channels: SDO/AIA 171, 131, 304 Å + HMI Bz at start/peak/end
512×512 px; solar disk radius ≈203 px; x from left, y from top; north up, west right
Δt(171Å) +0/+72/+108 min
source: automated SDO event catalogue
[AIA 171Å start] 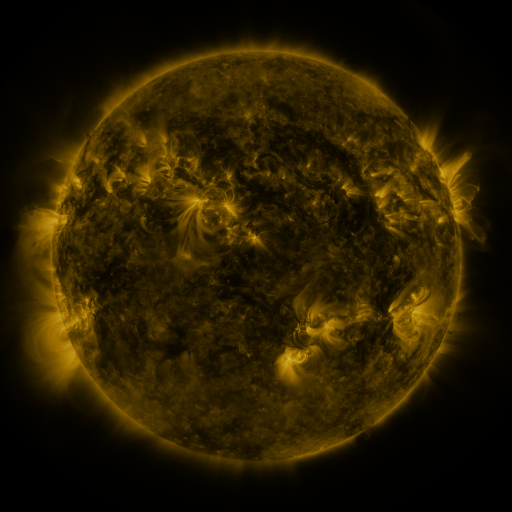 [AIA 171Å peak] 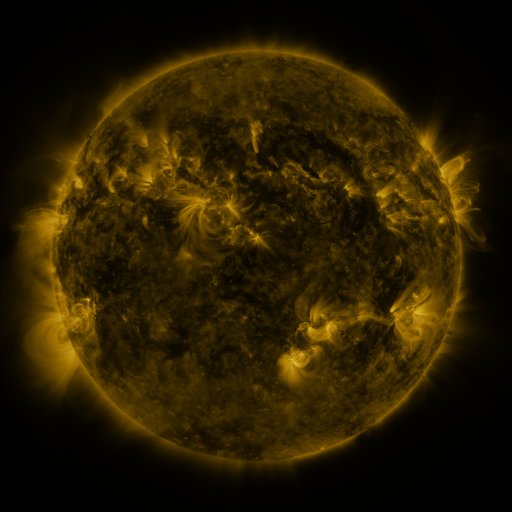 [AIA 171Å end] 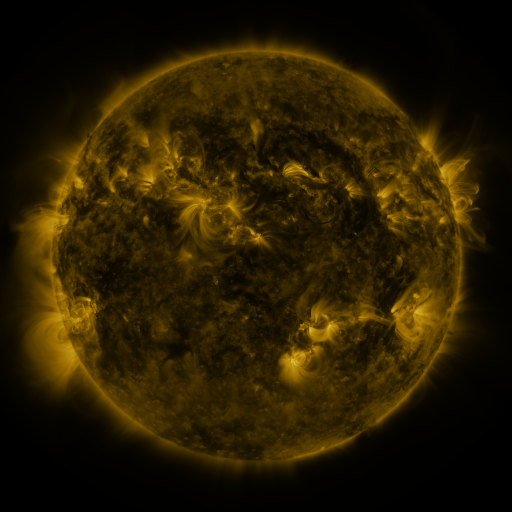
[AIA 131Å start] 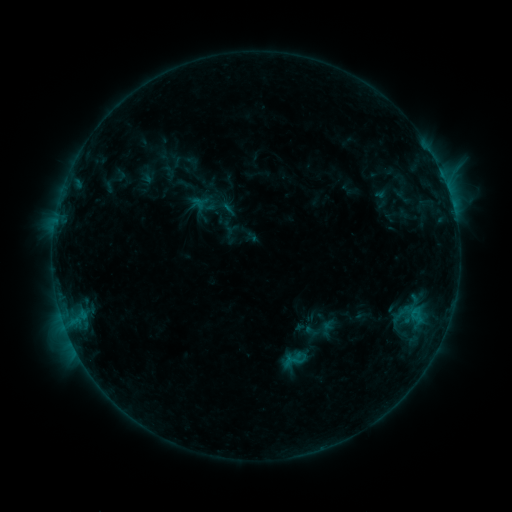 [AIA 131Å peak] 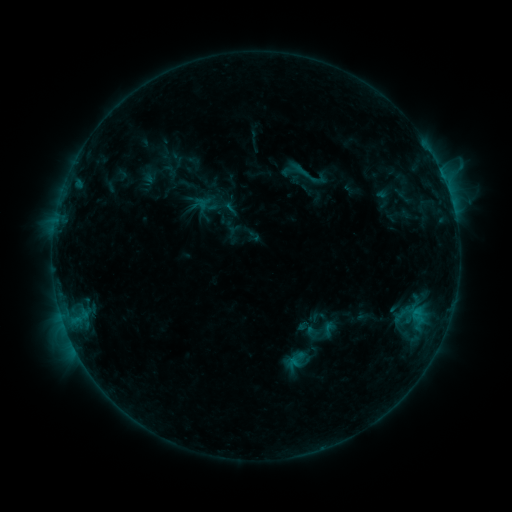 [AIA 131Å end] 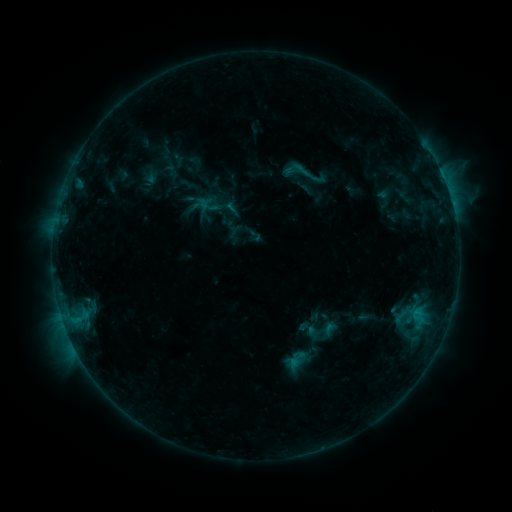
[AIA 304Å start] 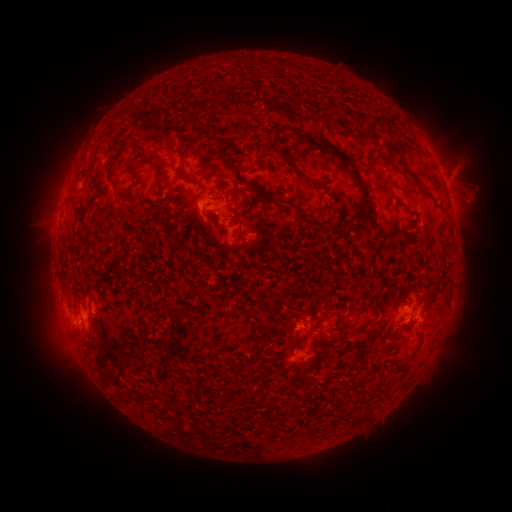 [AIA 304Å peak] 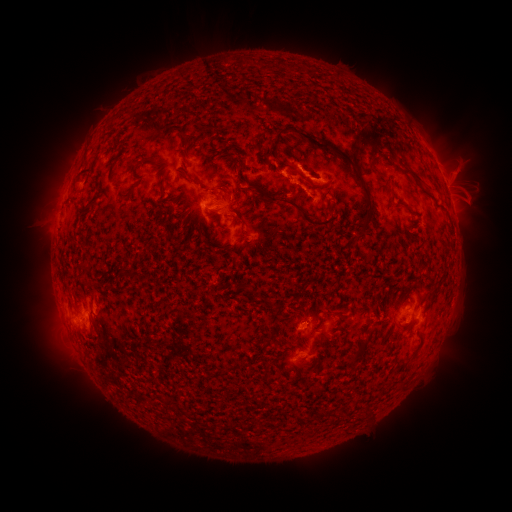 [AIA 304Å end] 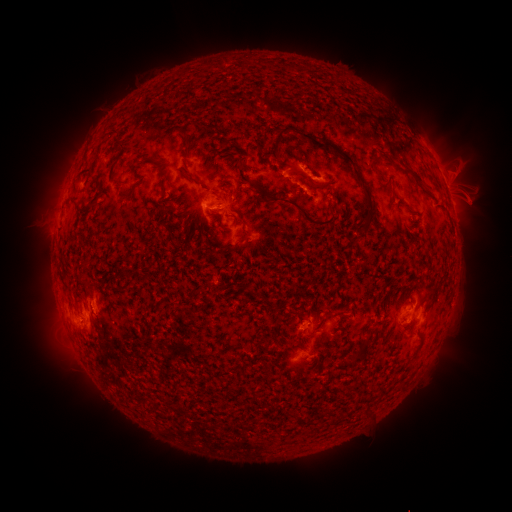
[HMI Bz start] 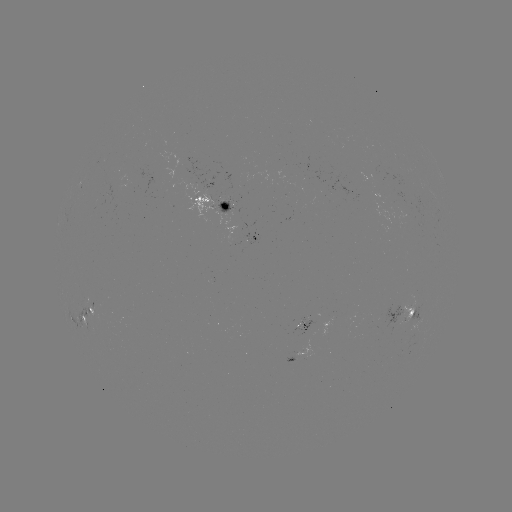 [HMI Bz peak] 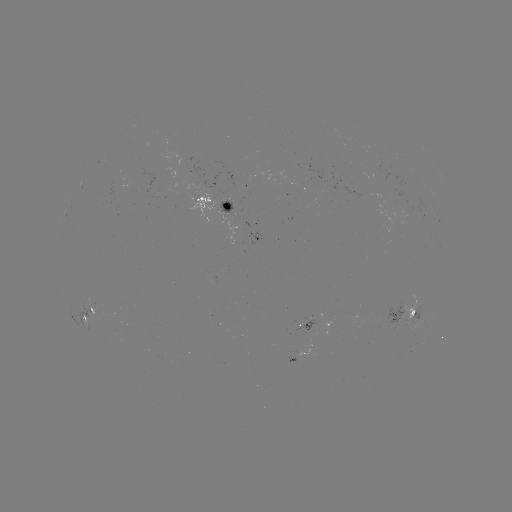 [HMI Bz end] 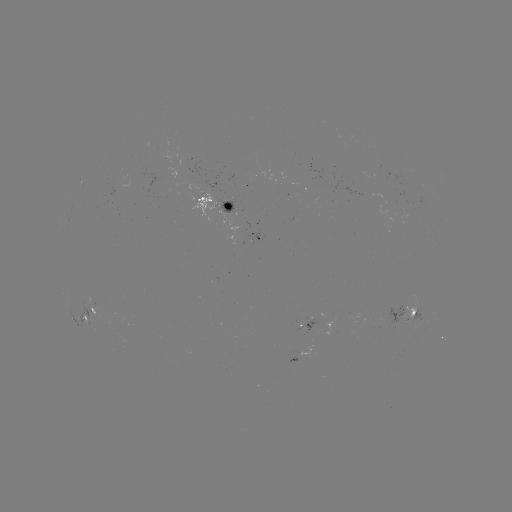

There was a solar emerging-flux region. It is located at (230, 207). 